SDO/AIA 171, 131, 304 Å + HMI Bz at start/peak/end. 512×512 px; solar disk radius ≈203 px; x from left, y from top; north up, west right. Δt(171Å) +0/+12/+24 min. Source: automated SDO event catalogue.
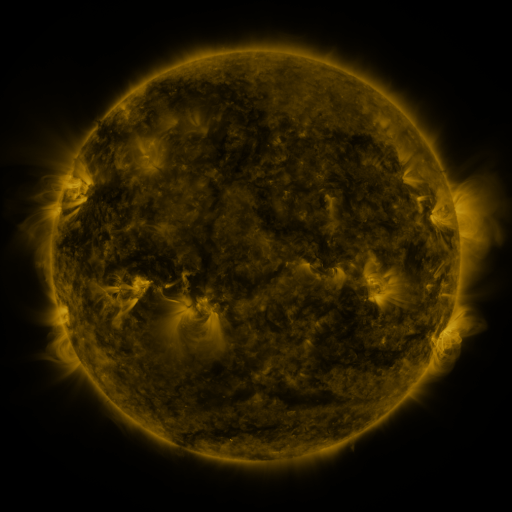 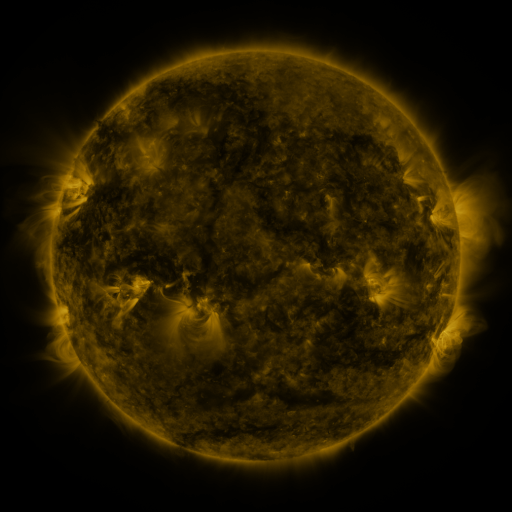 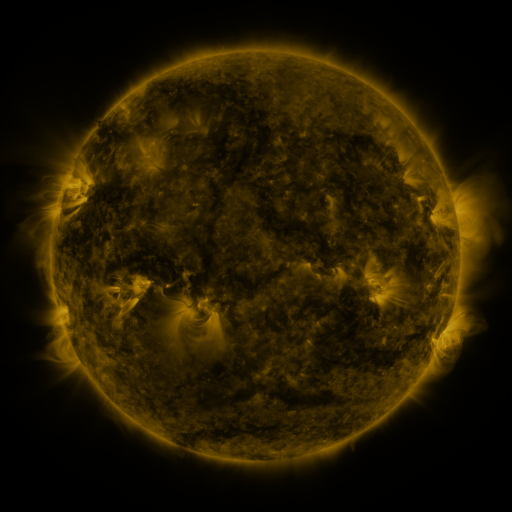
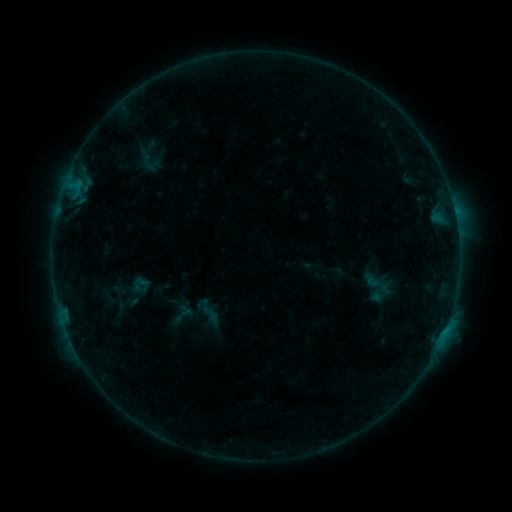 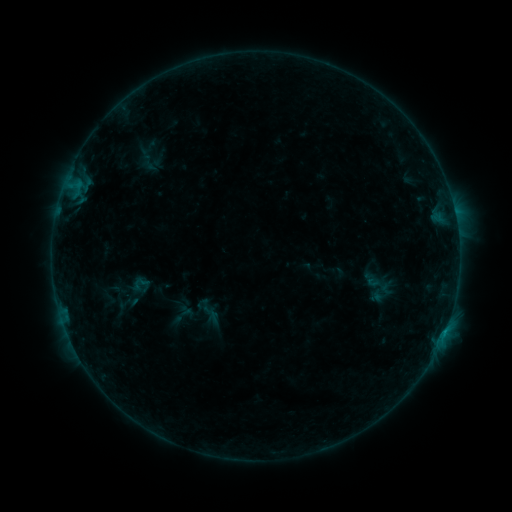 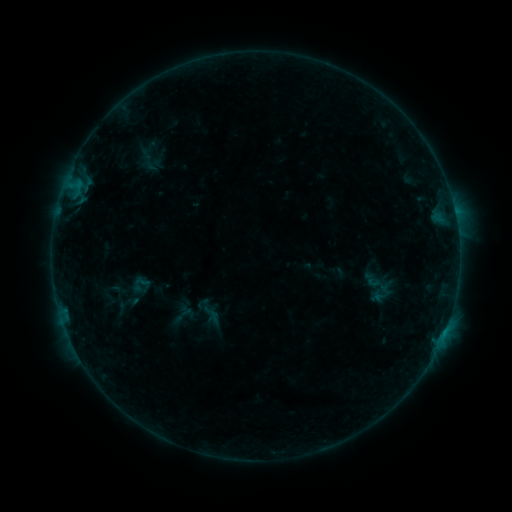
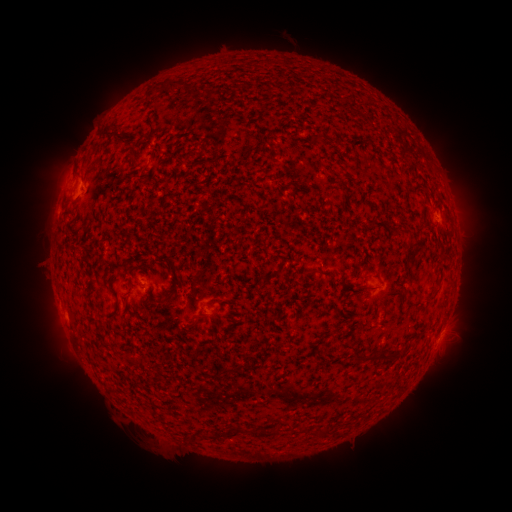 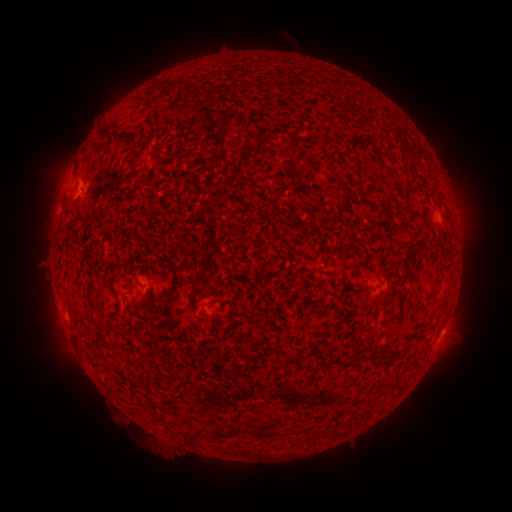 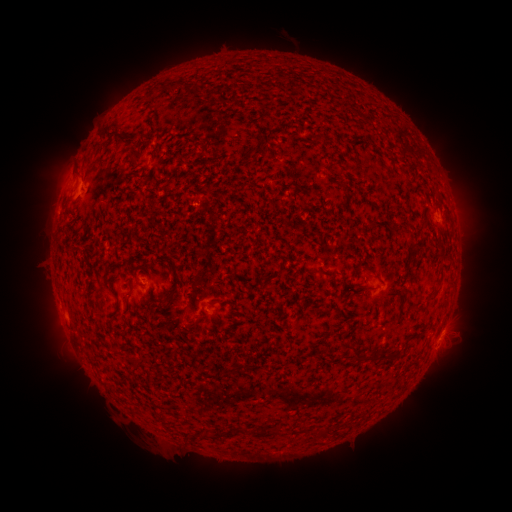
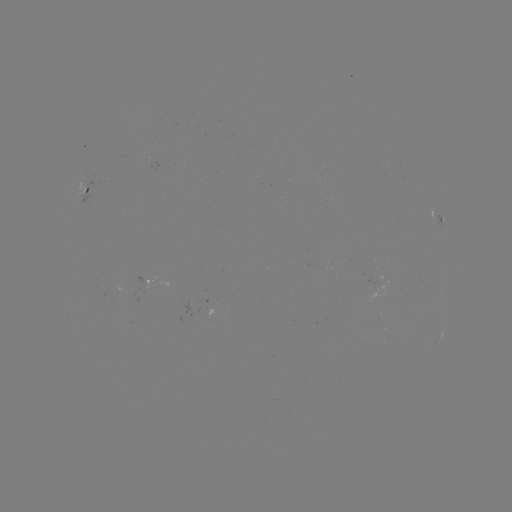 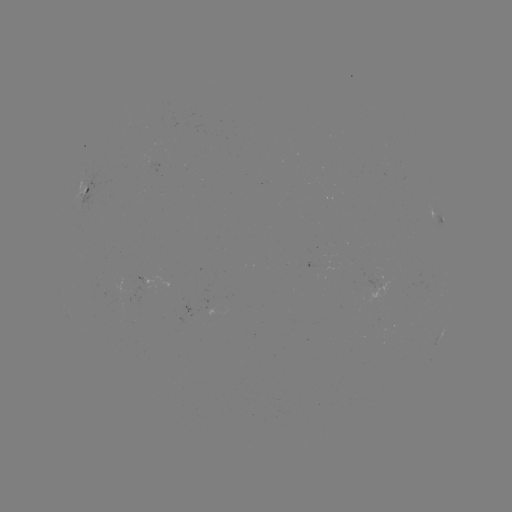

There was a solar flare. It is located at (444, 330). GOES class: B2.5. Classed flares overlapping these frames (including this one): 2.